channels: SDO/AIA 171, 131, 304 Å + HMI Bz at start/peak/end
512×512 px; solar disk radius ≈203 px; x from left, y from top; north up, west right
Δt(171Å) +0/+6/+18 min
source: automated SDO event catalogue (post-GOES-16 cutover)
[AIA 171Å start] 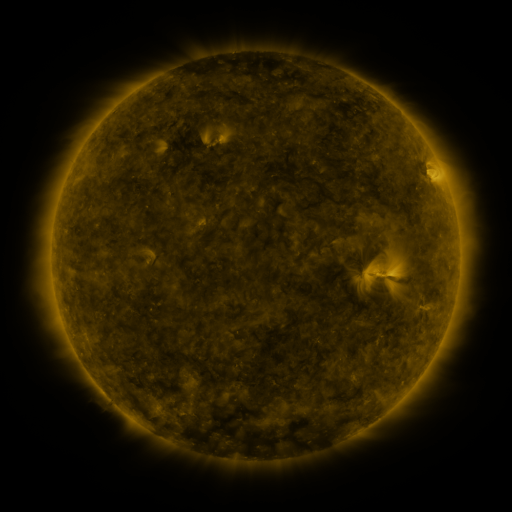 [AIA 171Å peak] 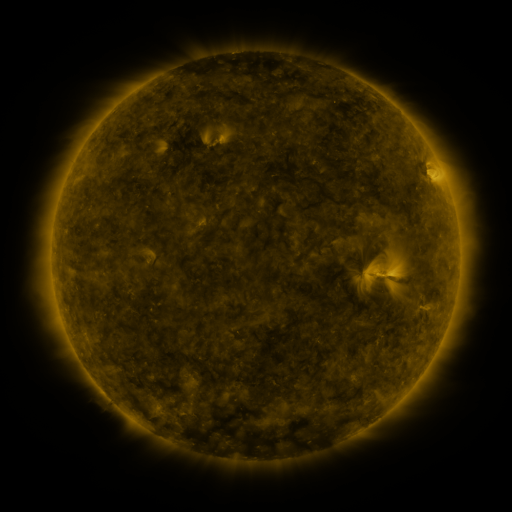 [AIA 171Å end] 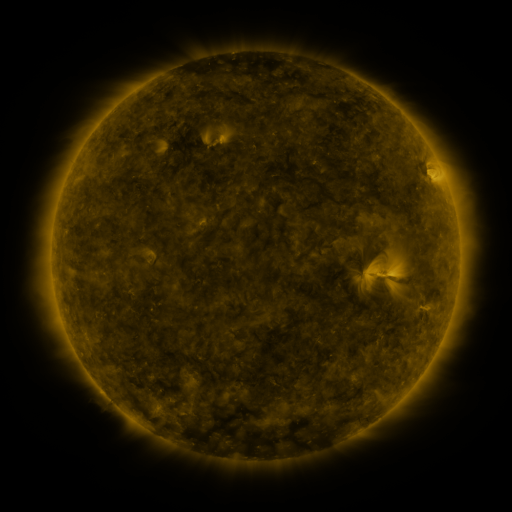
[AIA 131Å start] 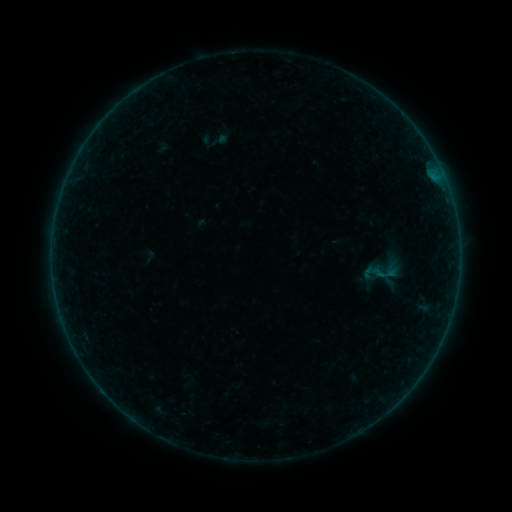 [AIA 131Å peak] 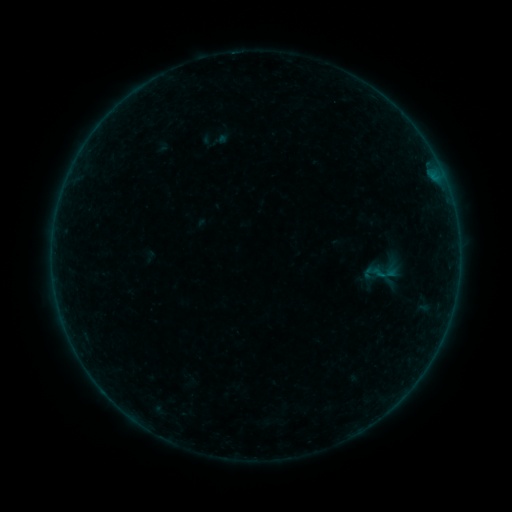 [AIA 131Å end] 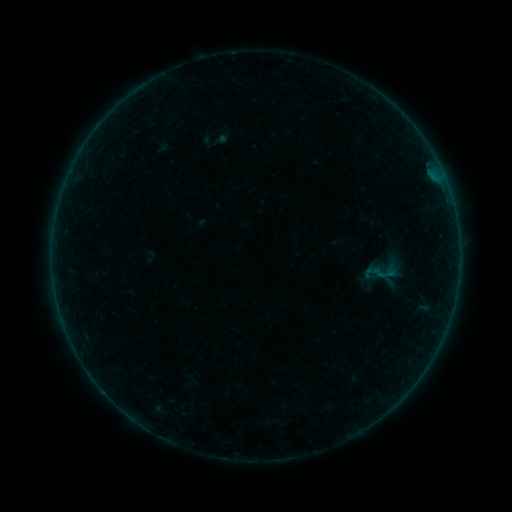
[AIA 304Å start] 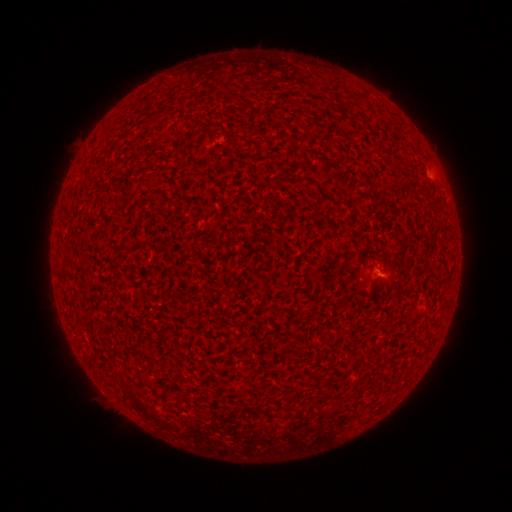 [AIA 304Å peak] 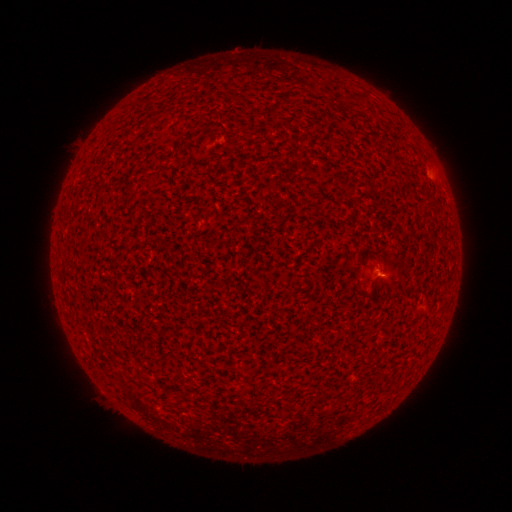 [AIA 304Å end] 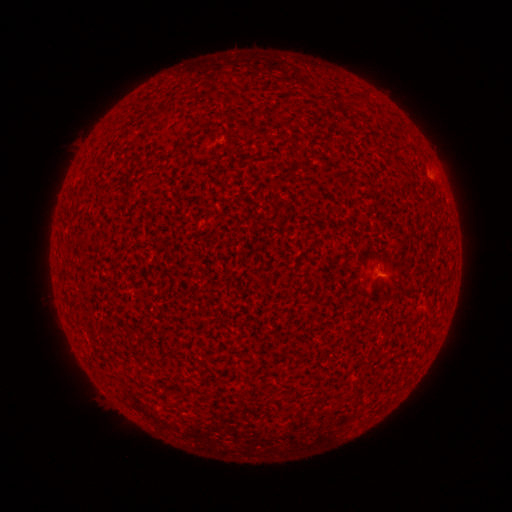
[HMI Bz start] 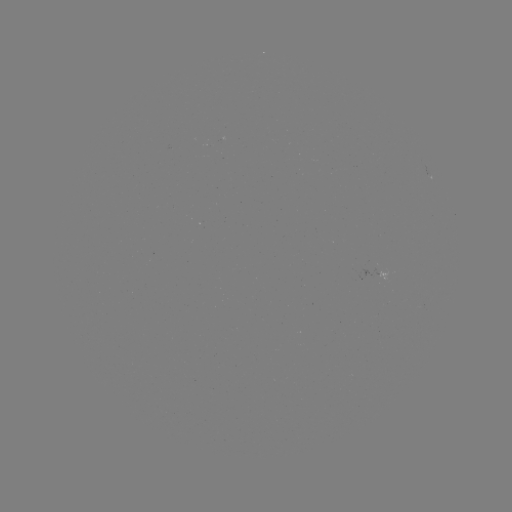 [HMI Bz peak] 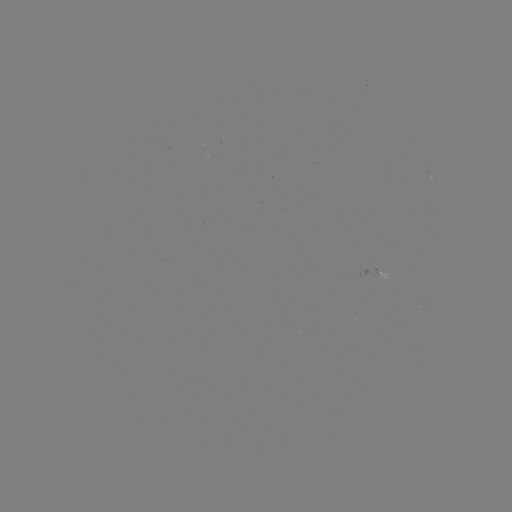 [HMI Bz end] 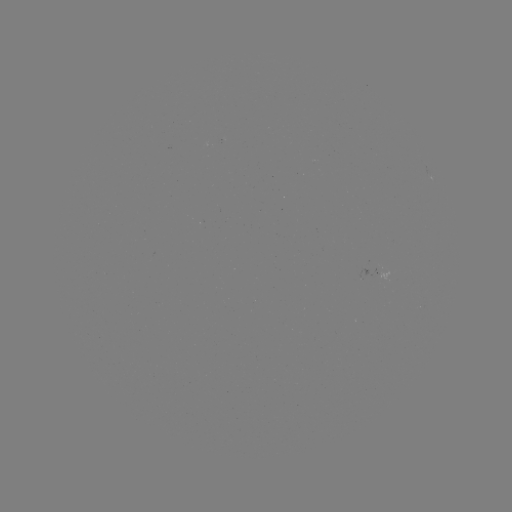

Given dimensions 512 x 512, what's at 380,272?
A6.0 flare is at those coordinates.